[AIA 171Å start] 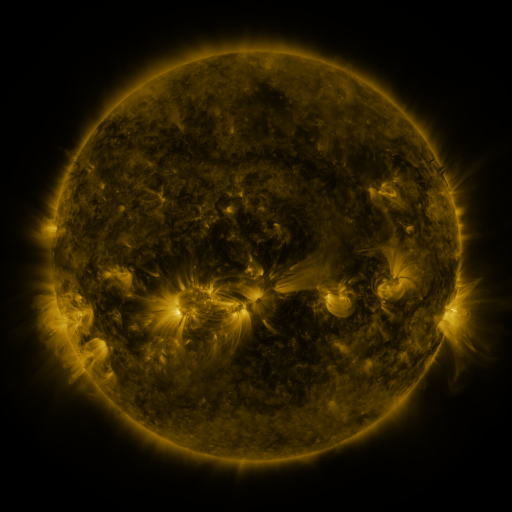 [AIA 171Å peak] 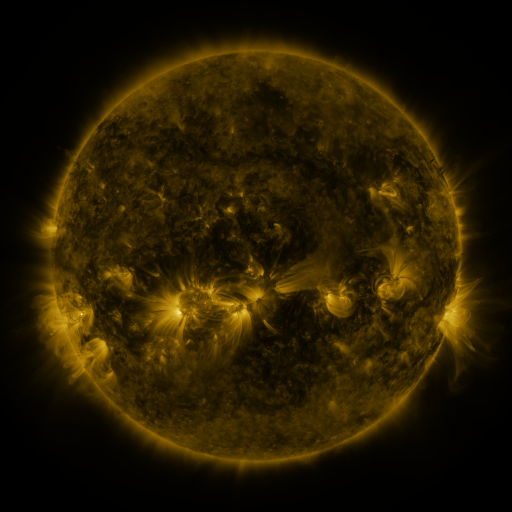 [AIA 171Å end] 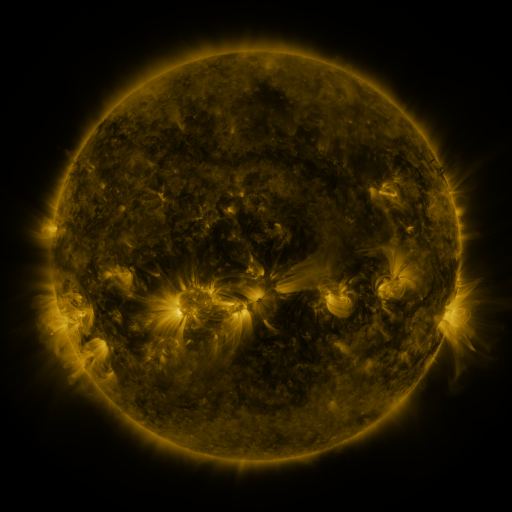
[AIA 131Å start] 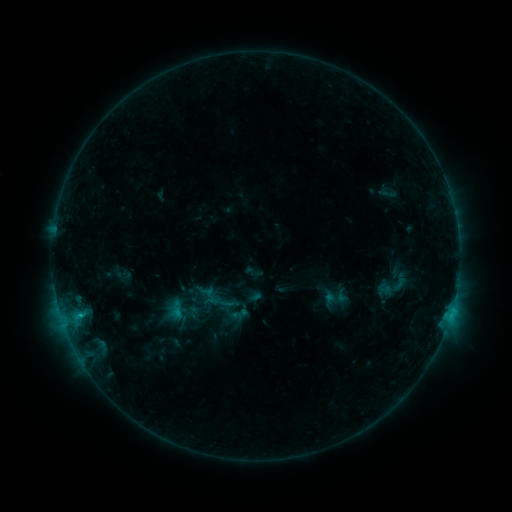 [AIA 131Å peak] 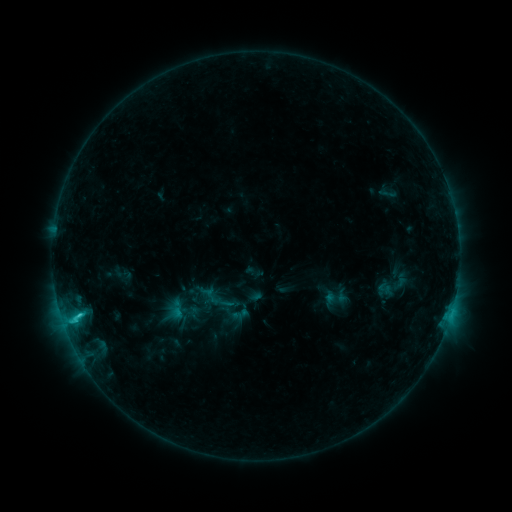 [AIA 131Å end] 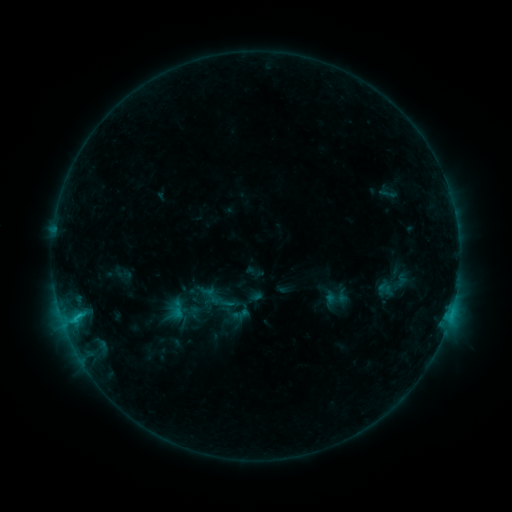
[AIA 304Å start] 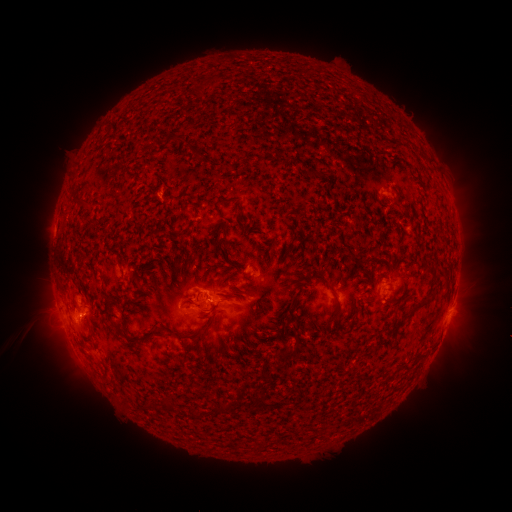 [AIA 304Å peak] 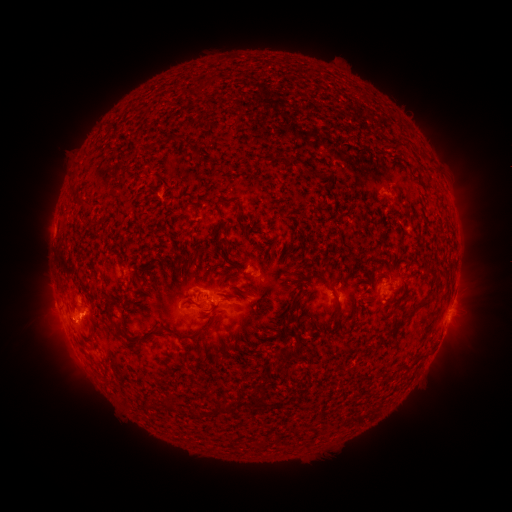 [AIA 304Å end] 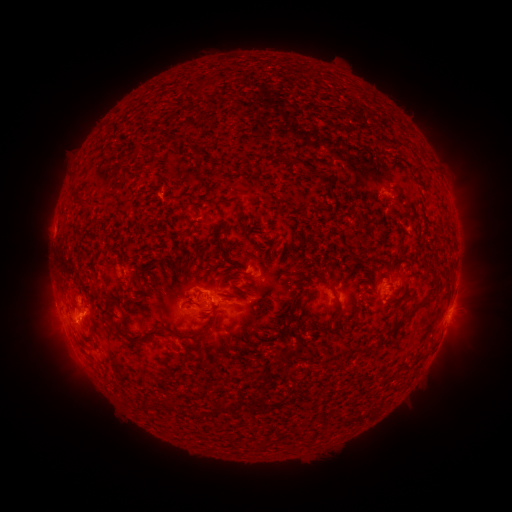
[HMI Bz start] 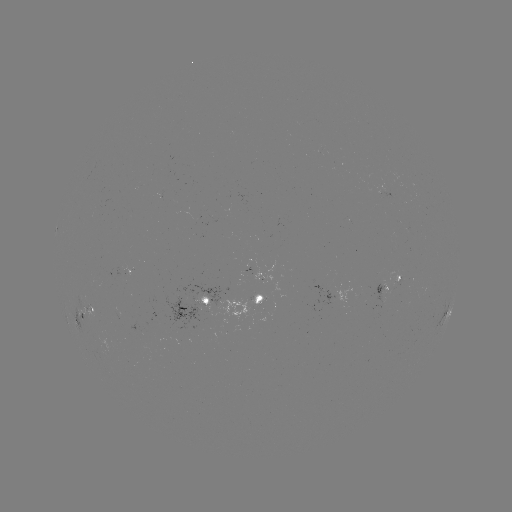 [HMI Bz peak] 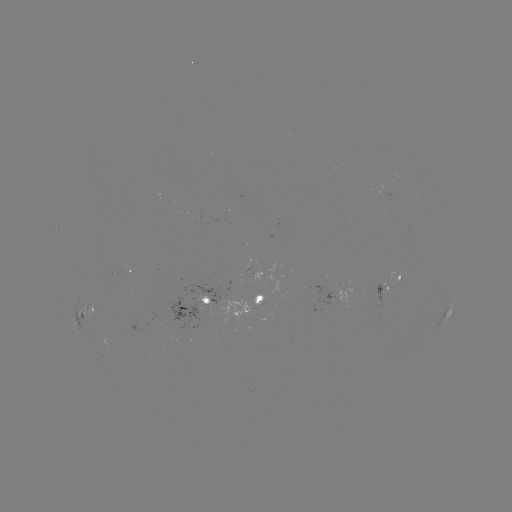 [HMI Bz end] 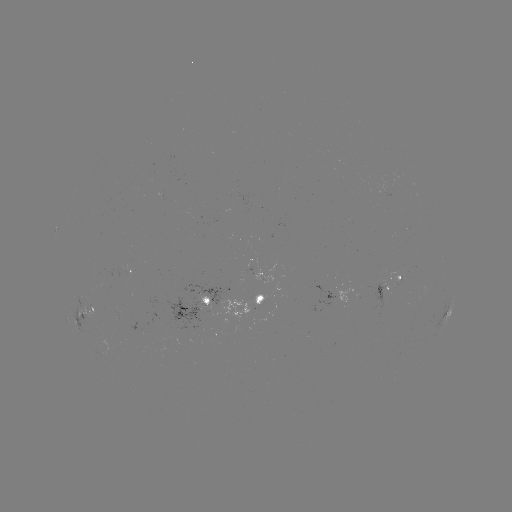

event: flare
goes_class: C1.5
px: (79, 312)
